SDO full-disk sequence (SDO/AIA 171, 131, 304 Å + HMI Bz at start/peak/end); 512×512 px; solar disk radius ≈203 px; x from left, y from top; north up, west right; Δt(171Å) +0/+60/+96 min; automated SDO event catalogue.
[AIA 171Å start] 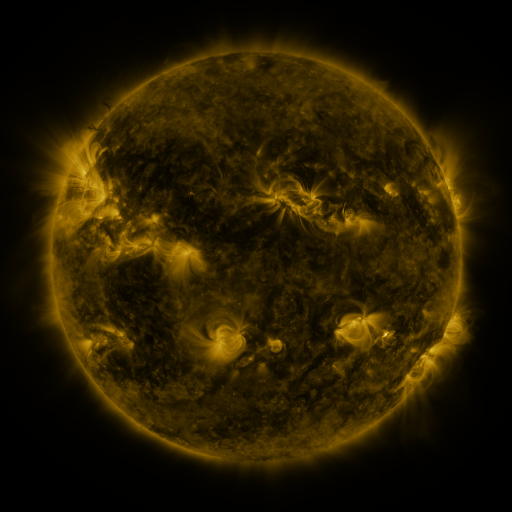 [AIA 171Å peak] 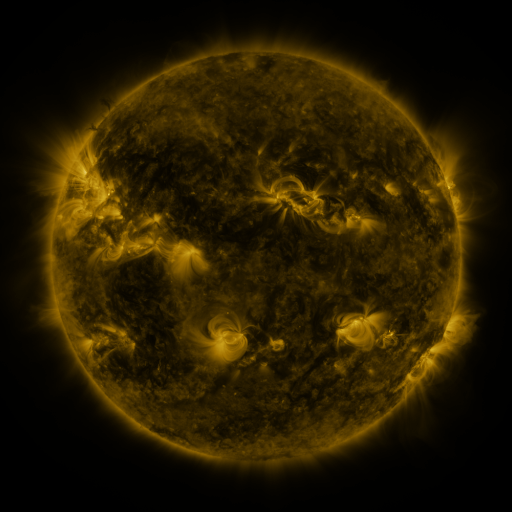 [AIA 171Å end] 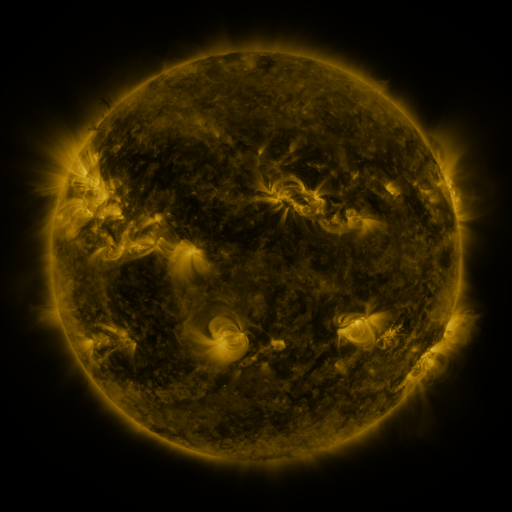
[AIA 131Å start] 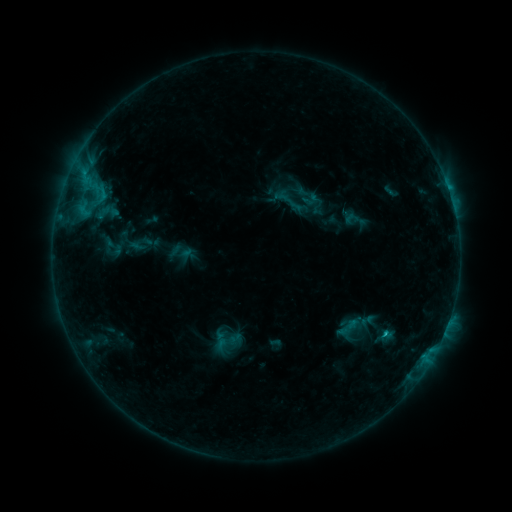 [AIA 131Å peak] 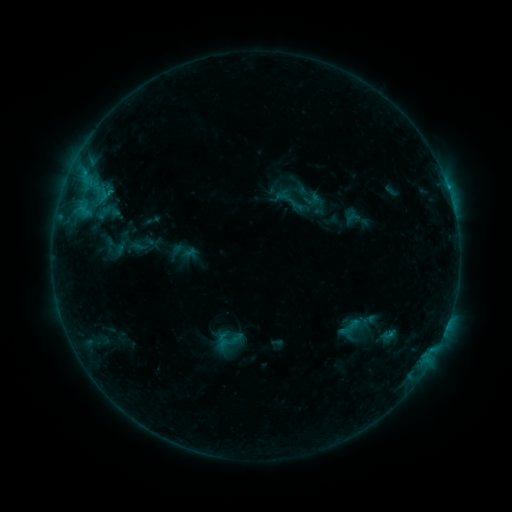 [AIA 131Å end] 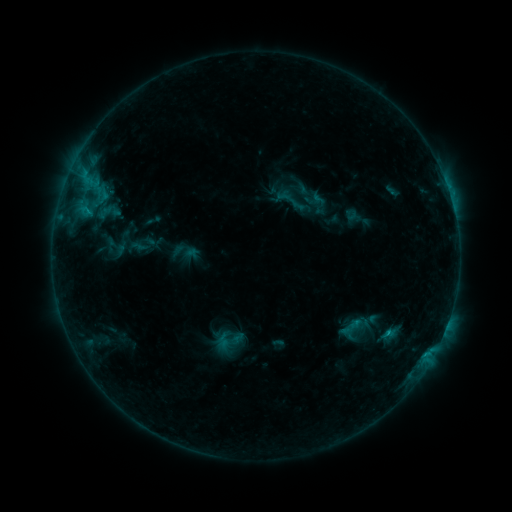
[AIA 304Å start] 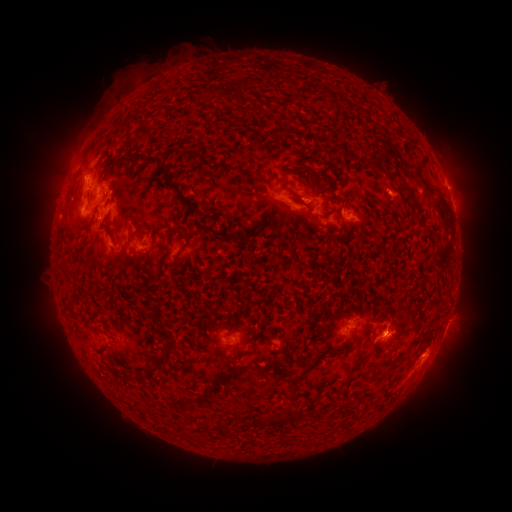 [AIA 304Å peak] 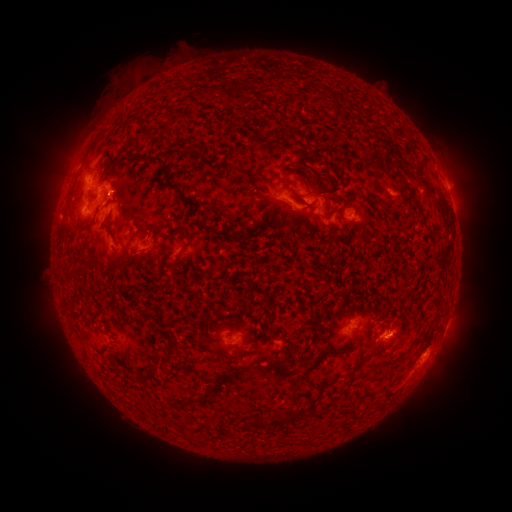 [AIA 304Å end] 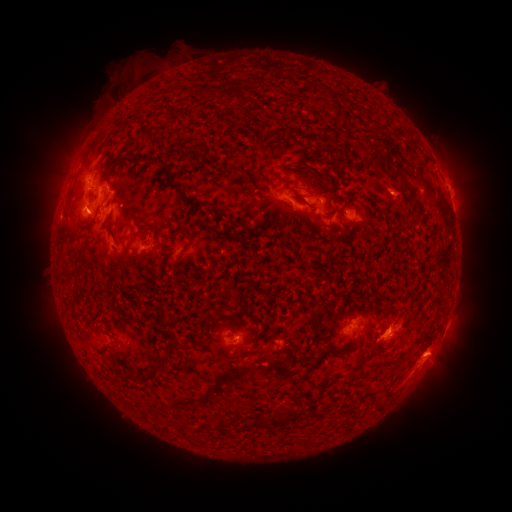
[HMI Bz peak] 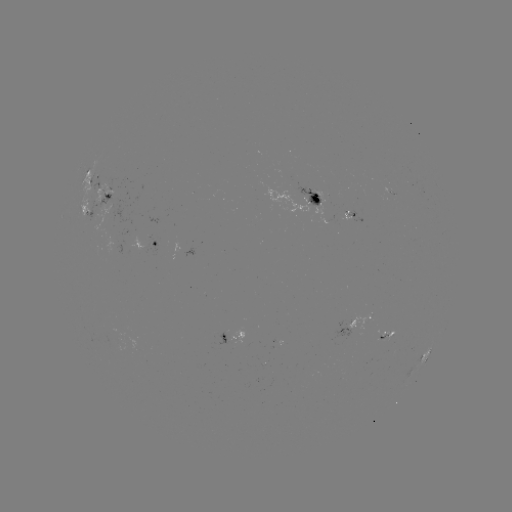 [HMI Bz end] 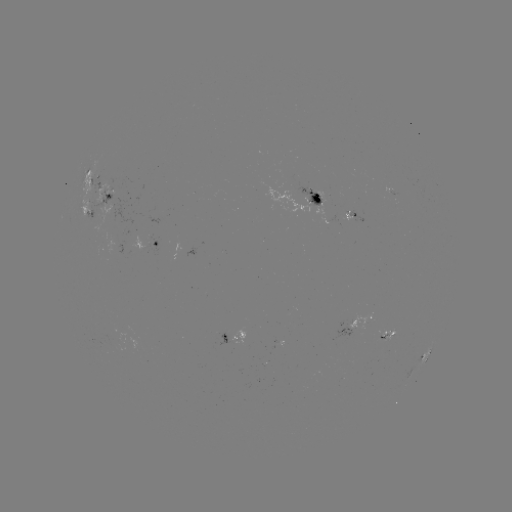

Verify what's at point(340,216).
emerging-flux region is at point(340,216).